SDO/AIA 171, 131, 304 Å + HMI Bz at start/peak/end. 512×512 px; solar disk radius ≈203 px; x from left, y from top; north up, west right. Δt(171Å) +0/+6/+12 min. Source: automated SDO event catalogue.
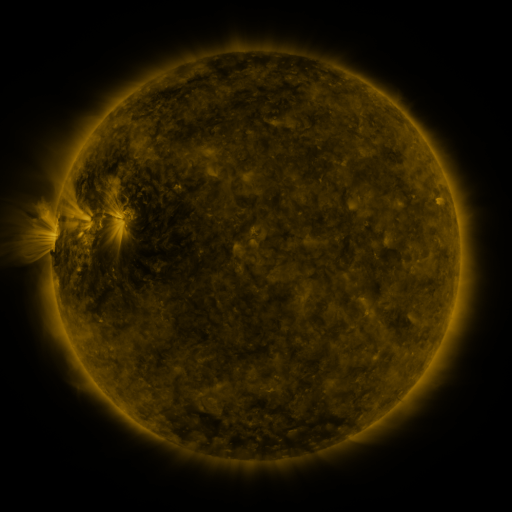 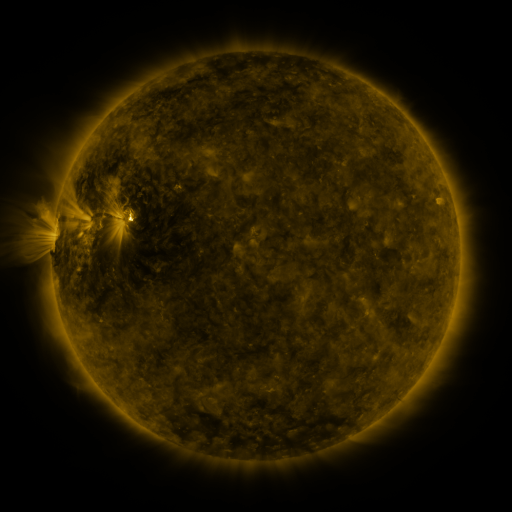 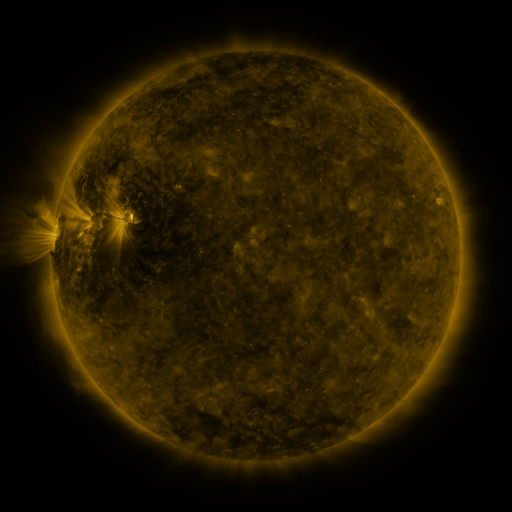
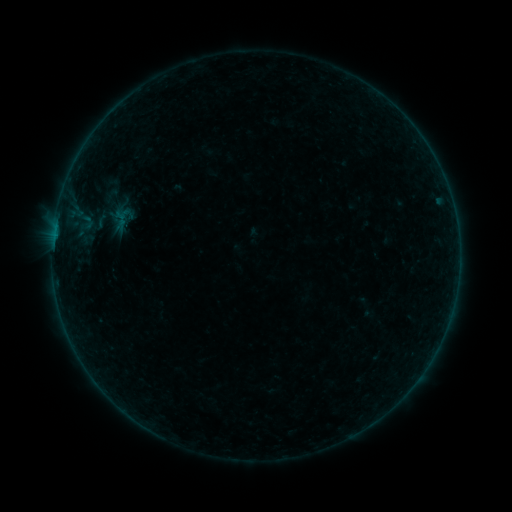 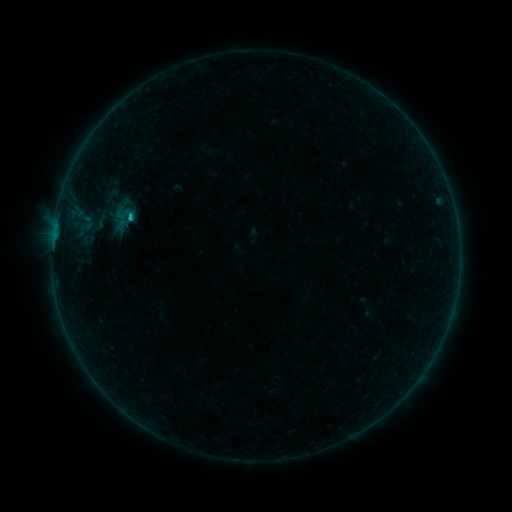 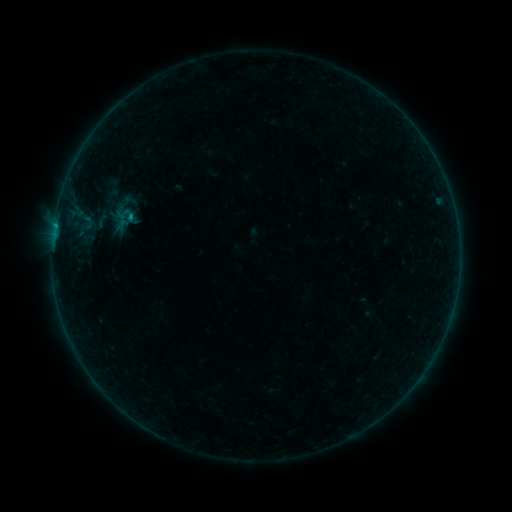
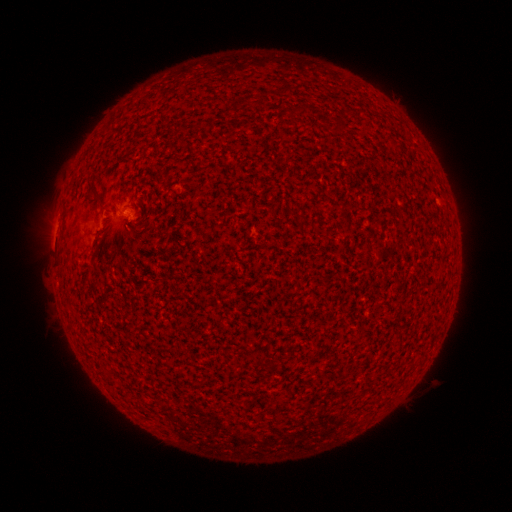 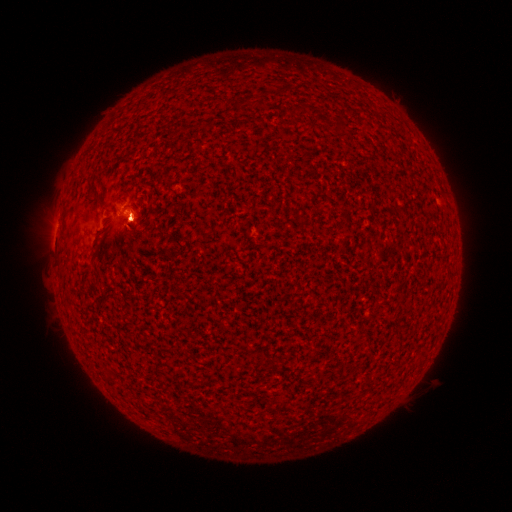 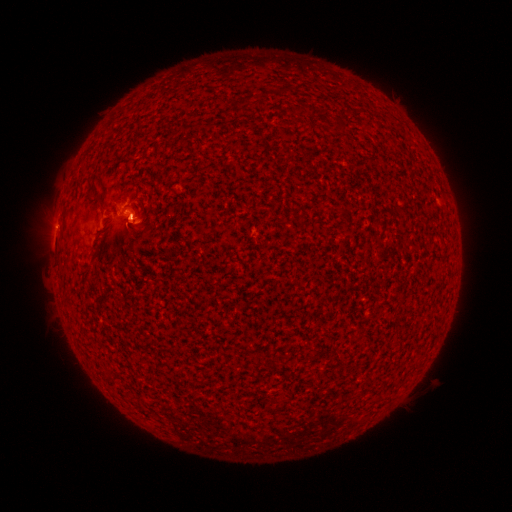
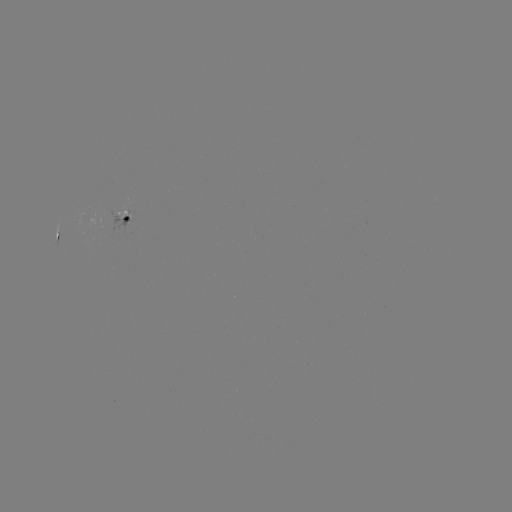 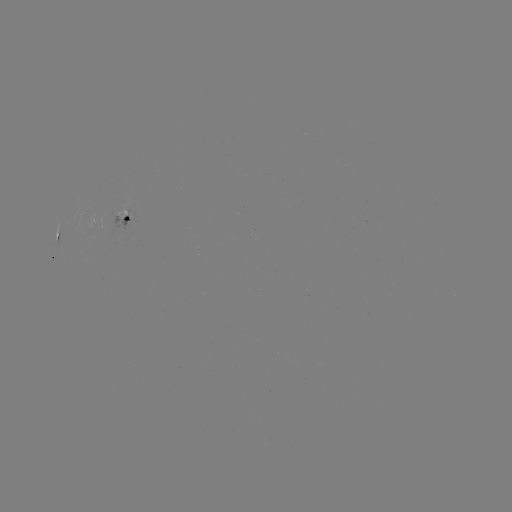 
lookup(eruption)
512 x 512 (132, 230)